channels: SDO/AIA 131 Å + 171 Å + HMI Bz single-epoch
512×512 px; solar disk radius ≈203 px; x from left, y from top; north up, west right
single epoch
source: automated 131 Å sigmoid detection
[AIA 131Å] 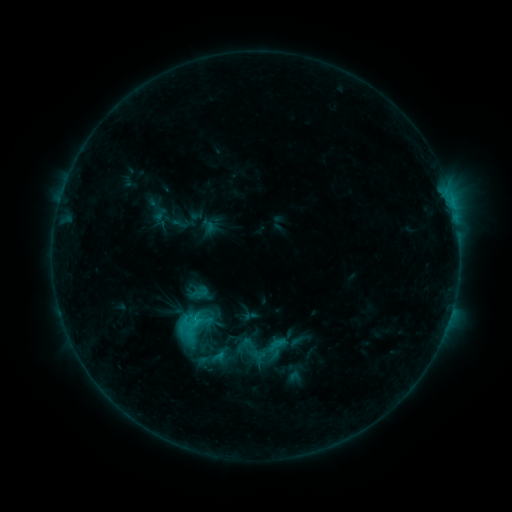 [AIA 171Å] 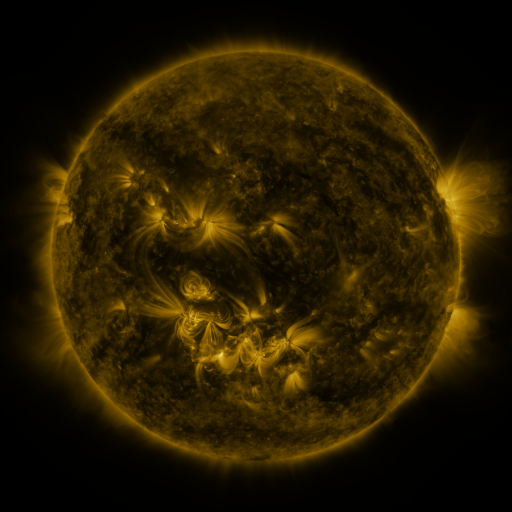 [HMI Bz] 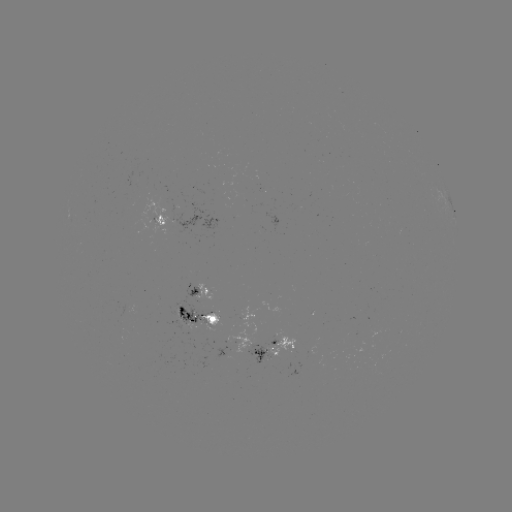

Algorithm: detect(sigmoid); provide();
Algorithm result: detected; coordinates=(191, 322)